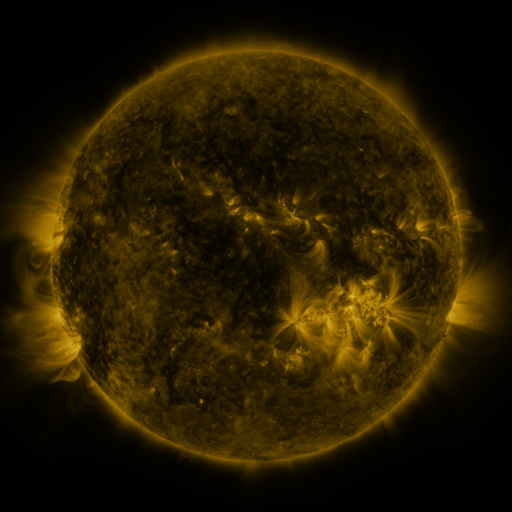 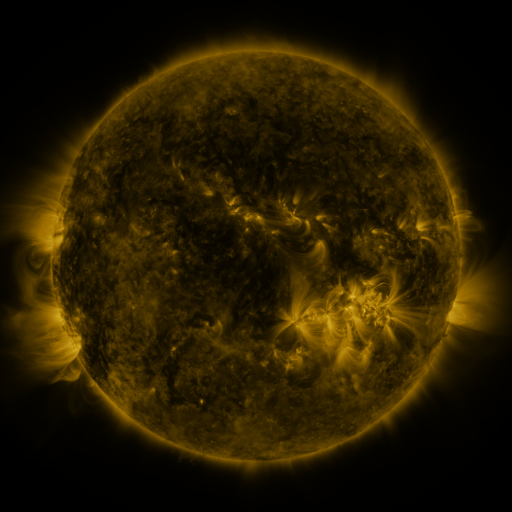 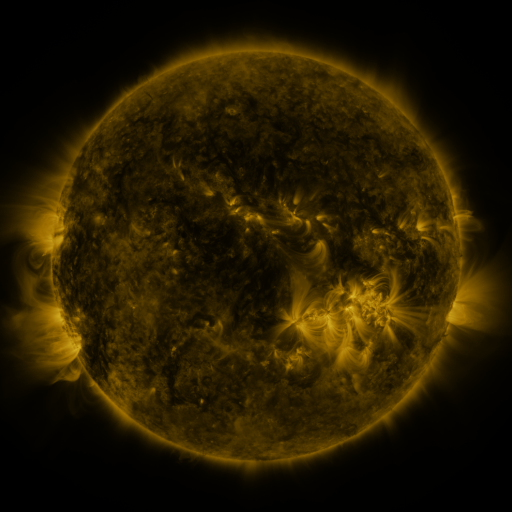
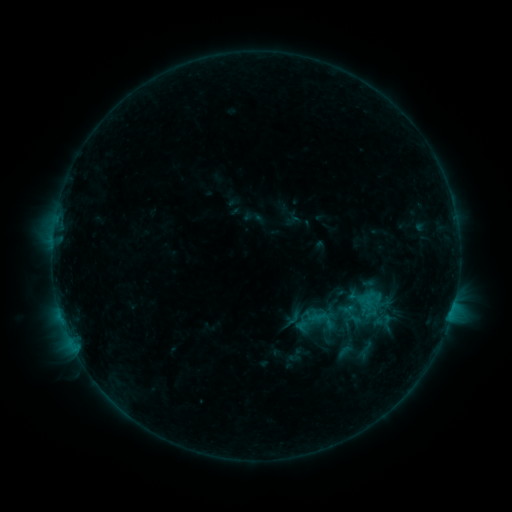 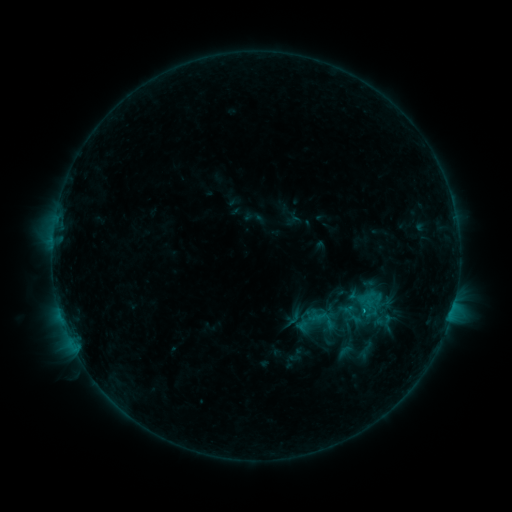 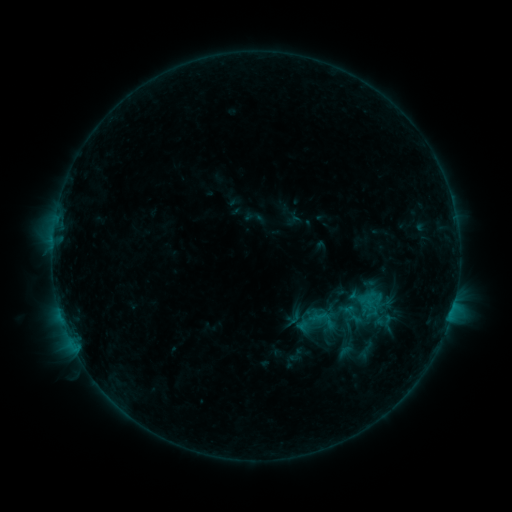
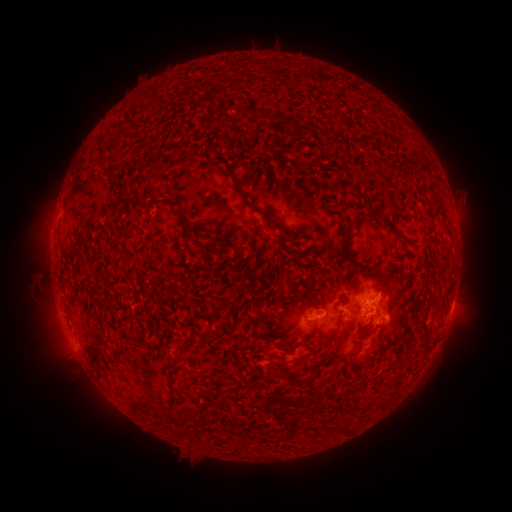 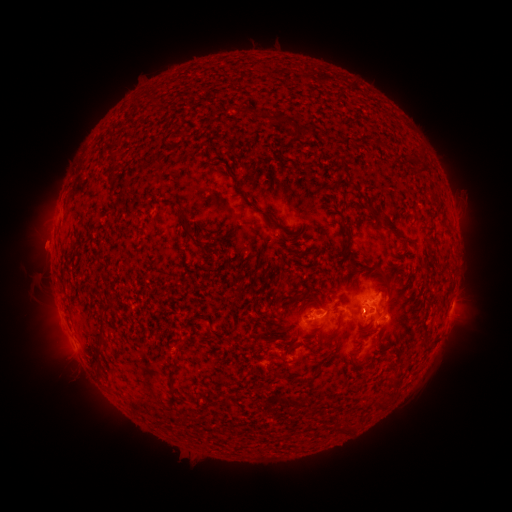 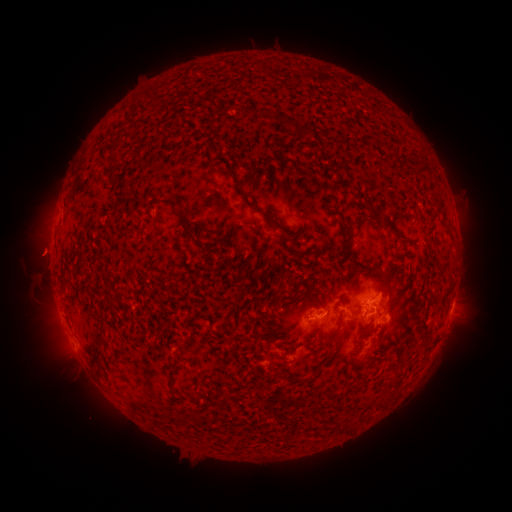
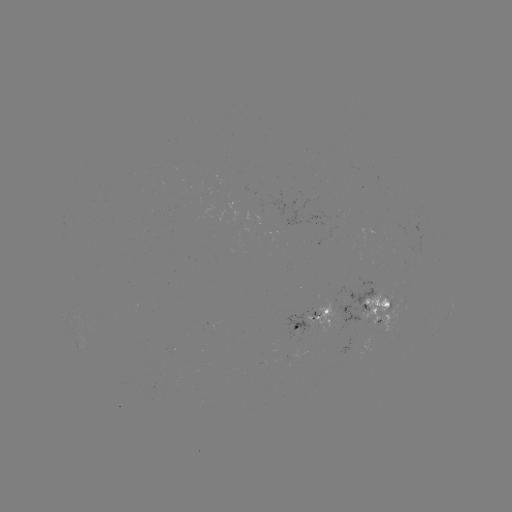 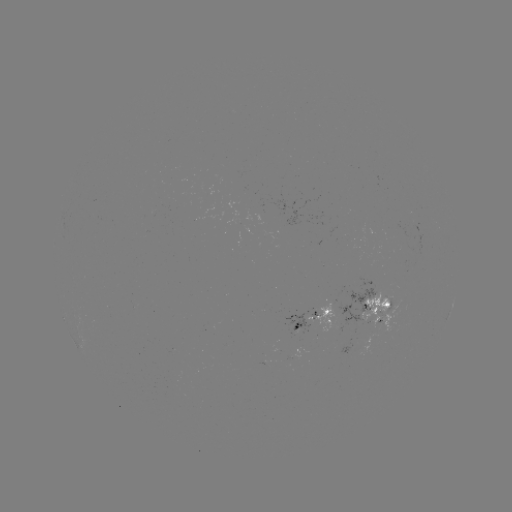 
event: eruption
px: (42, 247)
